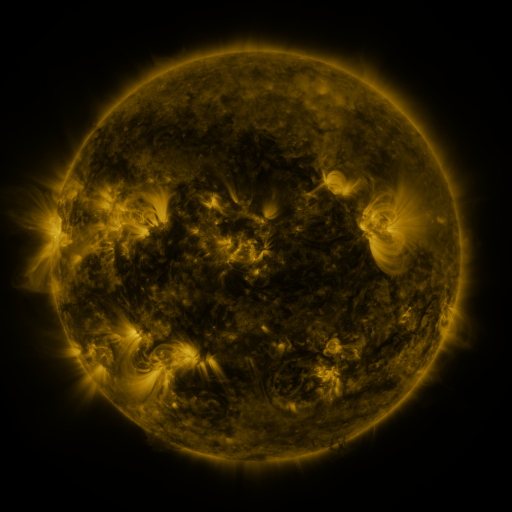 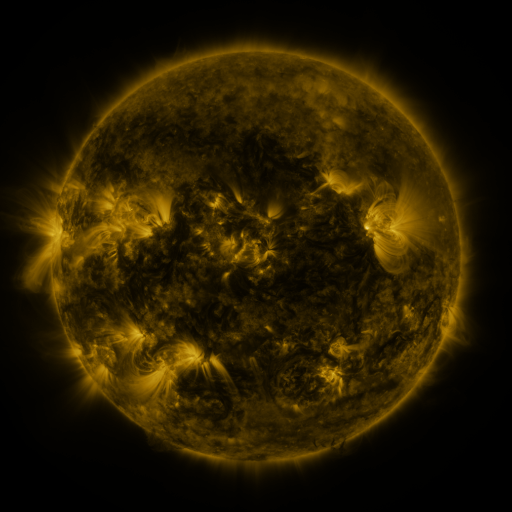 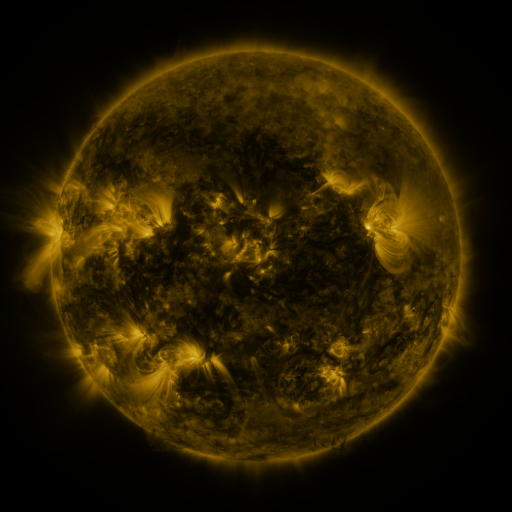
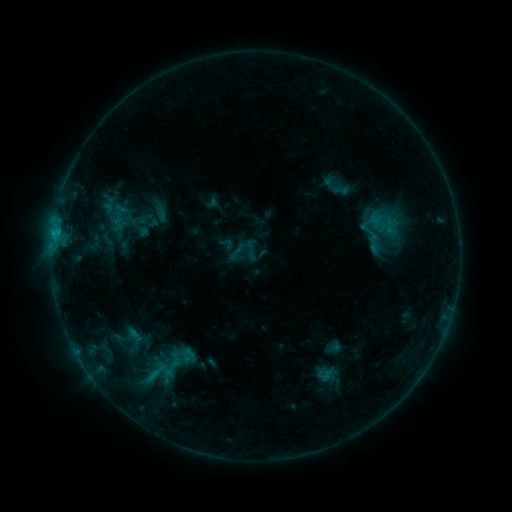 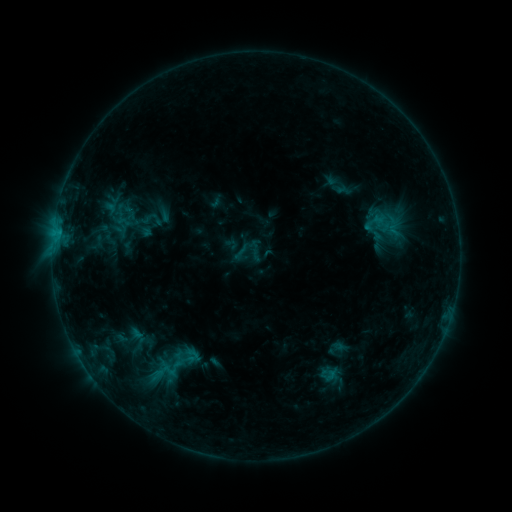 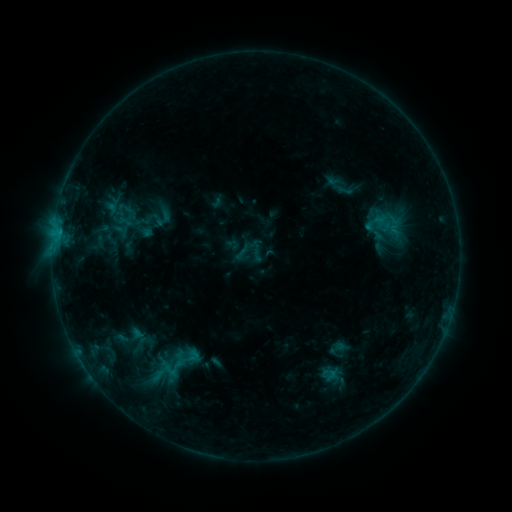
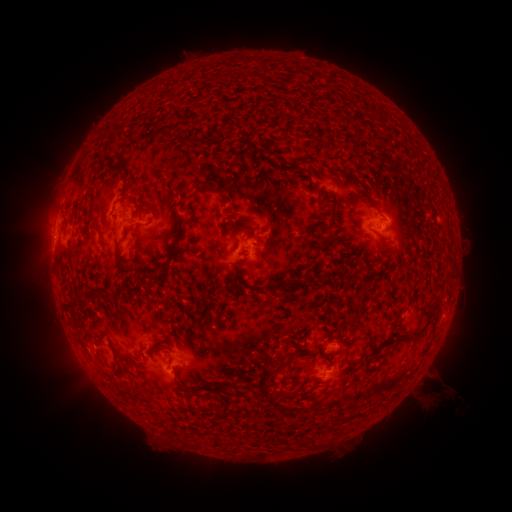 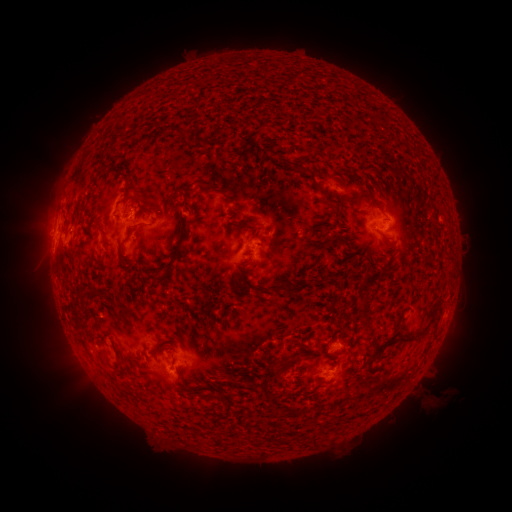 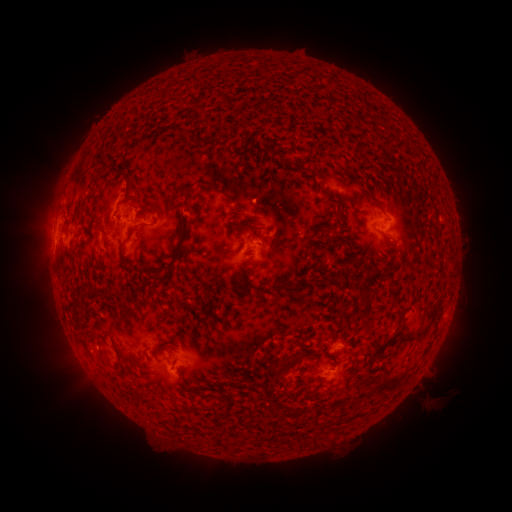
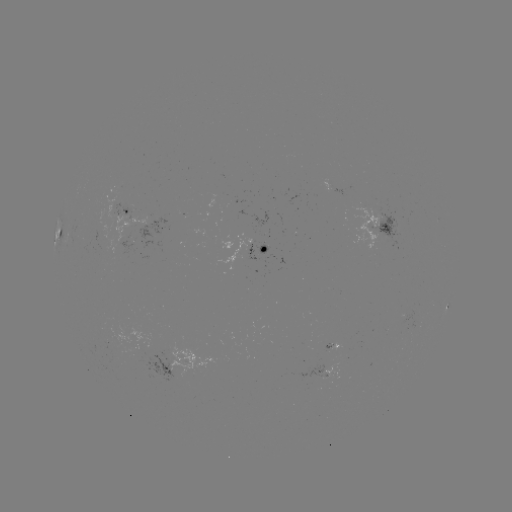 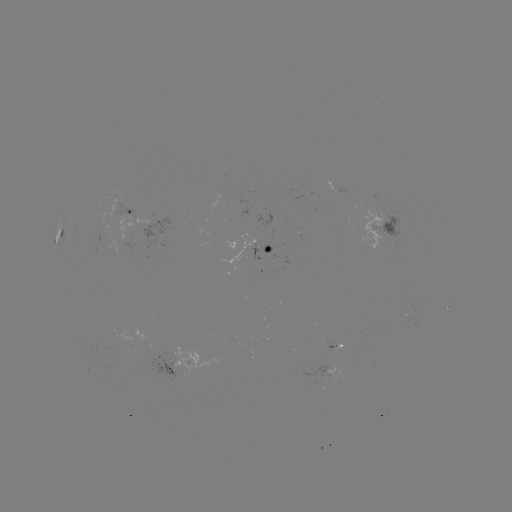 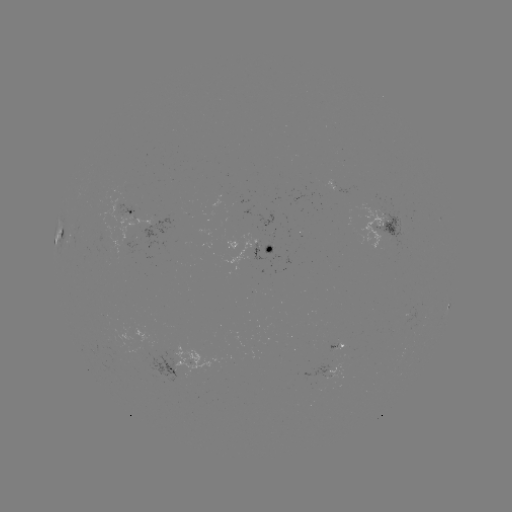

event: emerging-flux region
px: (112, 342)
